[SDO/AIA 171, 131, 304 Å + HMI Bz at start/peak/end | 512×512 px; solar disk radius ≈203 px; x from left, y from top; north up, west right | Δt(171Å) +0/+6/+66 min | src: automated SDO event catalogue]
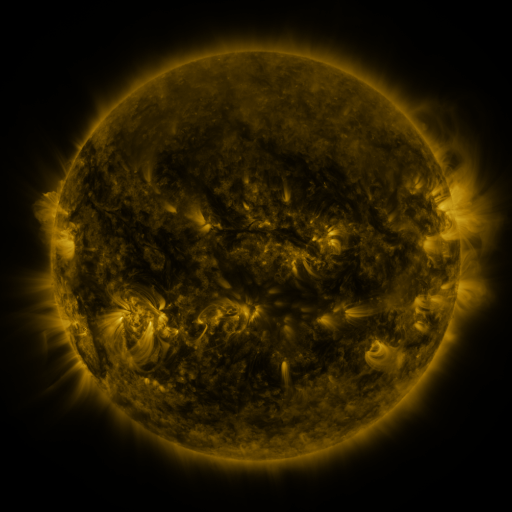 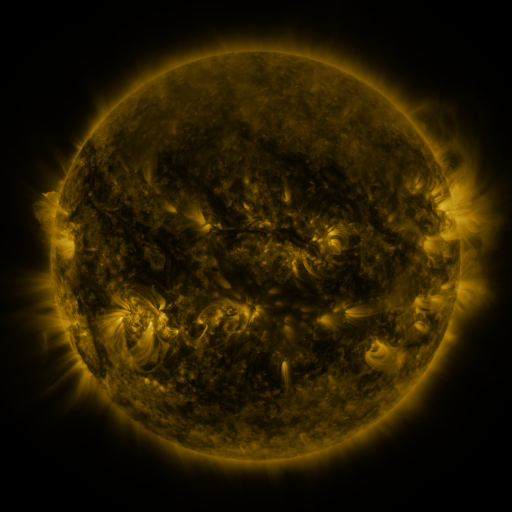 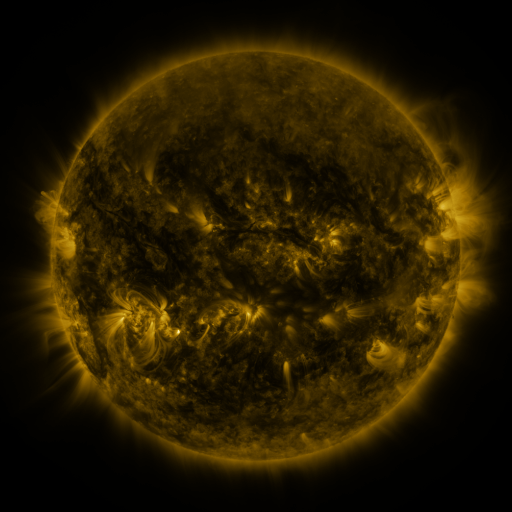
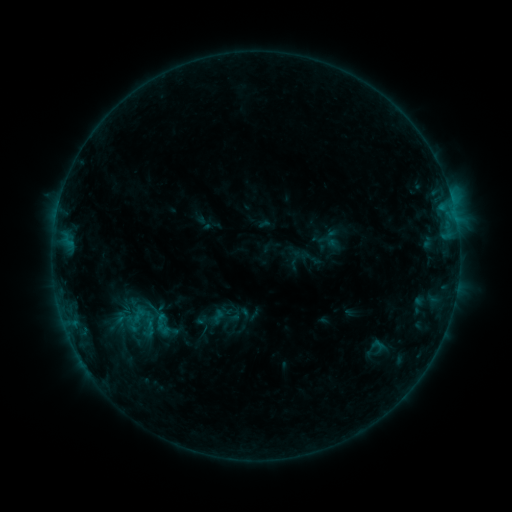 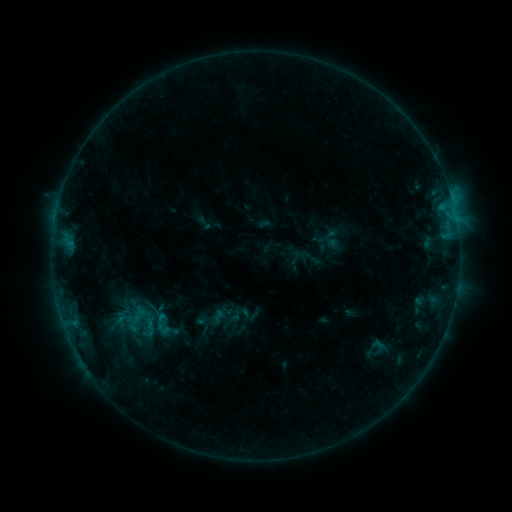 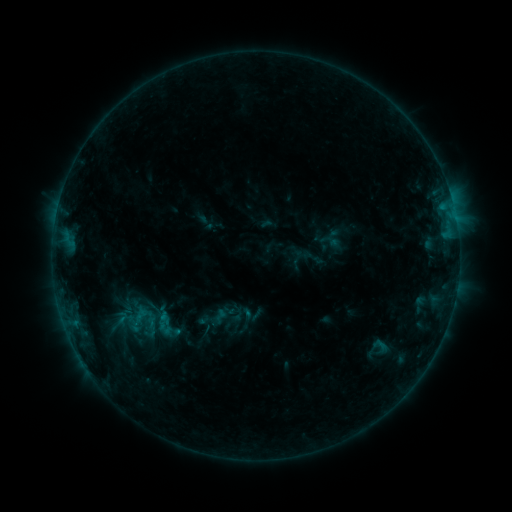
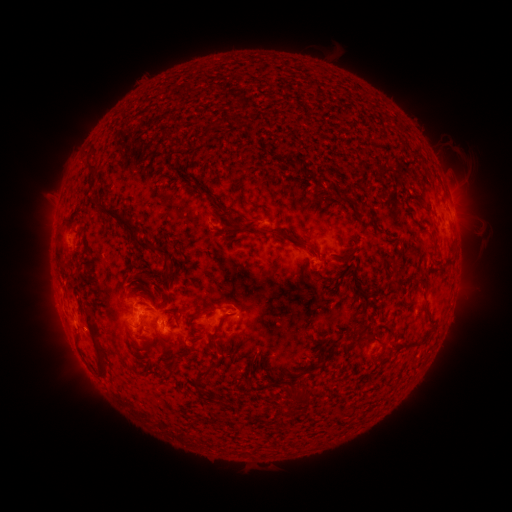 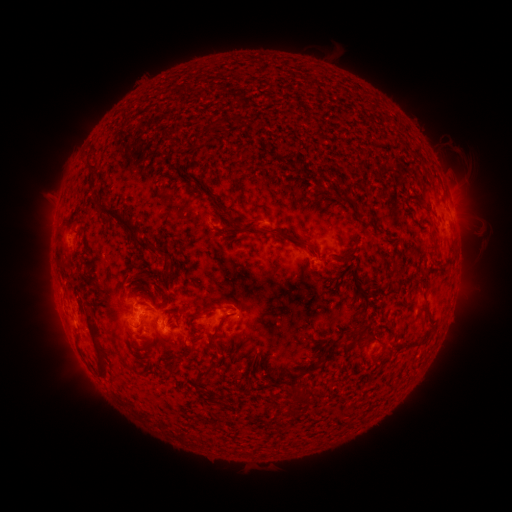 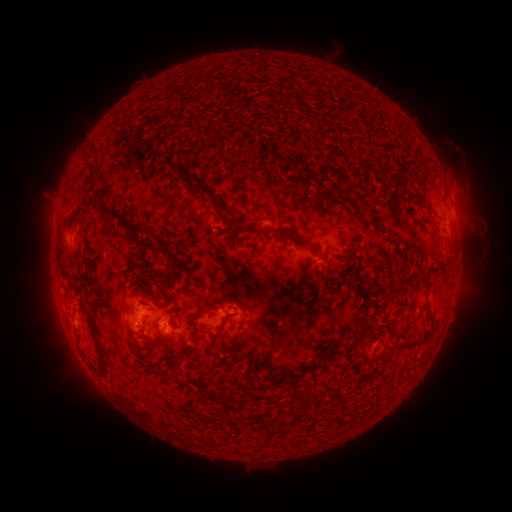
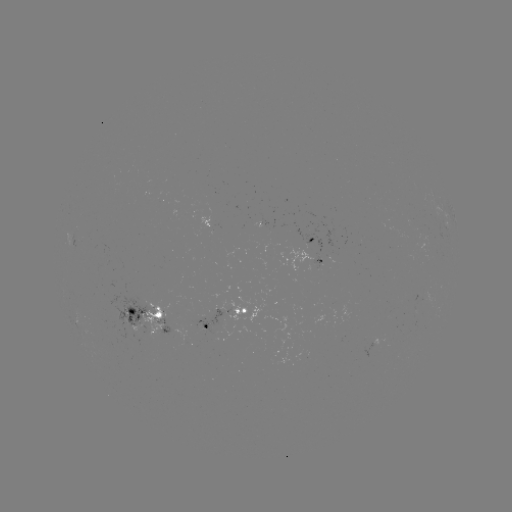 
no flare in any classed list; no EUV-trigger detection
